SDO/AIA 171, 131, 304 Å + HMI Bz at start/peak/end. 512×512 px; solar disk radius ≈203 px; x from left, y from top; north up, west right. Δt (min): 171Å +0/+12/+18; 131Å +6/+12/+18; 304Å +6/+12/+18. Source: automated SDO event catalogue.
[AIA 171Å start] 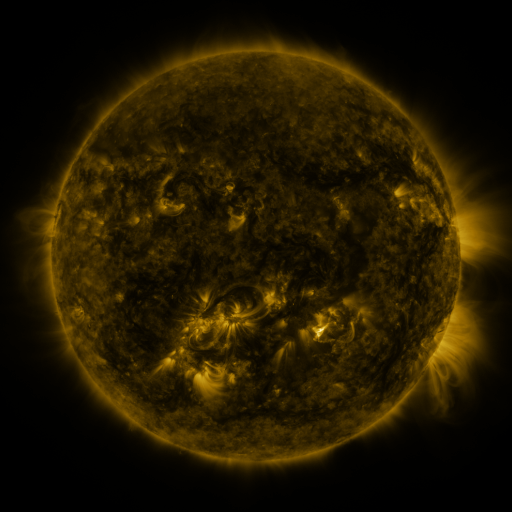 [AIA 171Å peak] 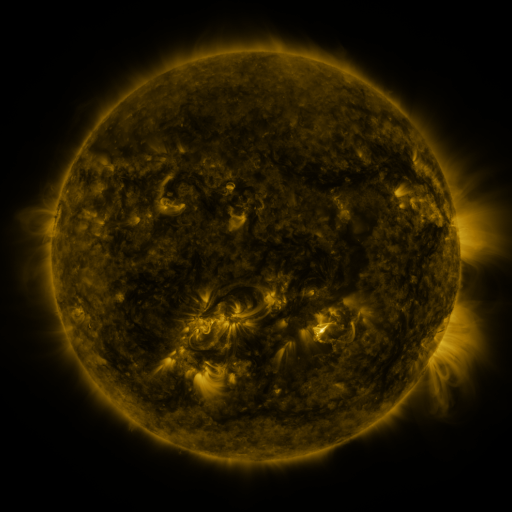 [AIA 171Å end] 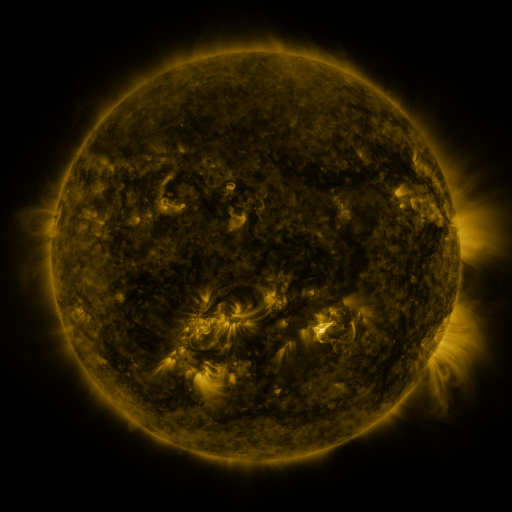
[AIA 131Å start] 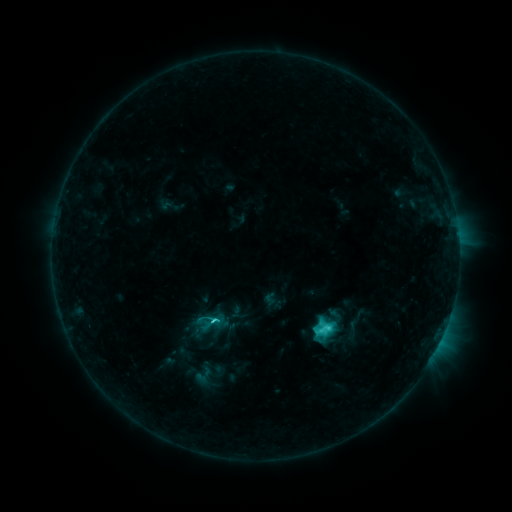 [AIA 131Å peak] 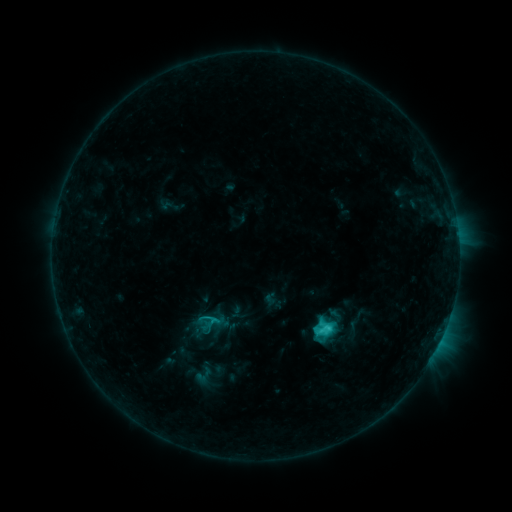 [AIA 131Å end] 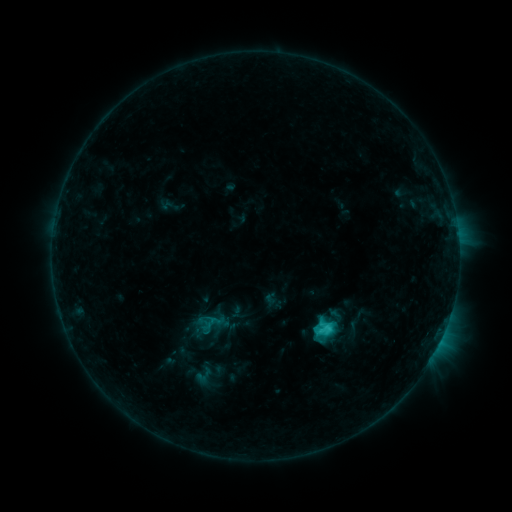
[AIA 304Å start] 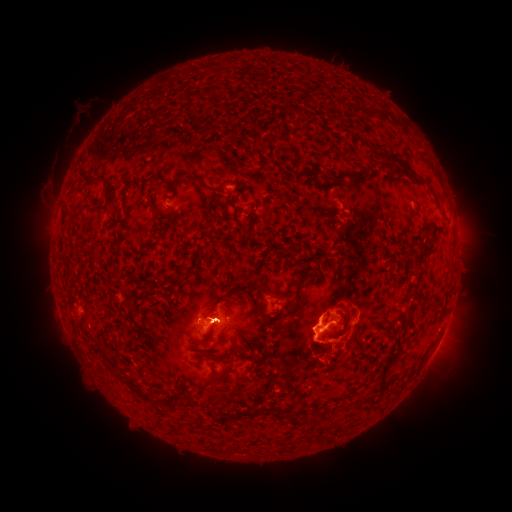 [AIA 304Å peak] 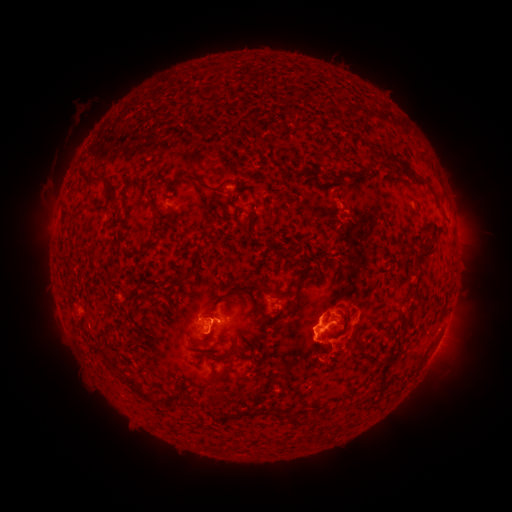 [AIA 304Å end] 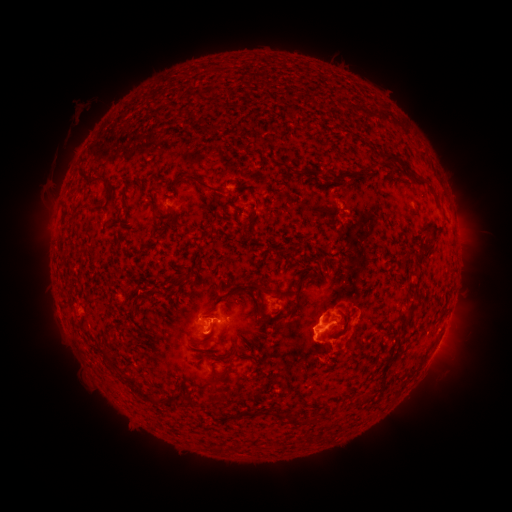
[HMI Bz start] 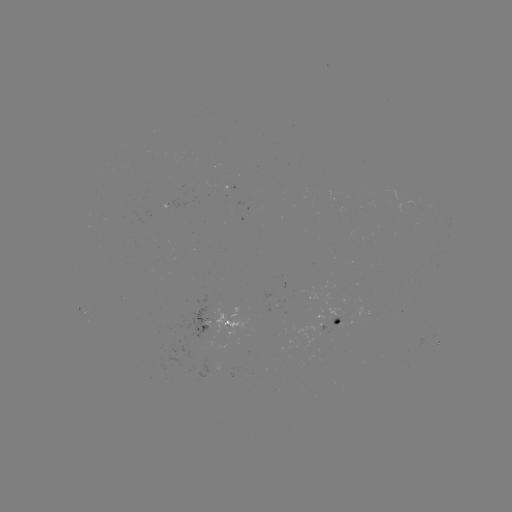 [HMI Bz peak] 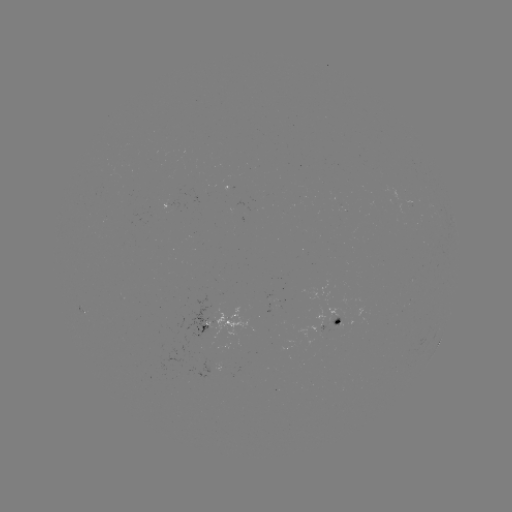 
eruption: [191, 286, 240, 356]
